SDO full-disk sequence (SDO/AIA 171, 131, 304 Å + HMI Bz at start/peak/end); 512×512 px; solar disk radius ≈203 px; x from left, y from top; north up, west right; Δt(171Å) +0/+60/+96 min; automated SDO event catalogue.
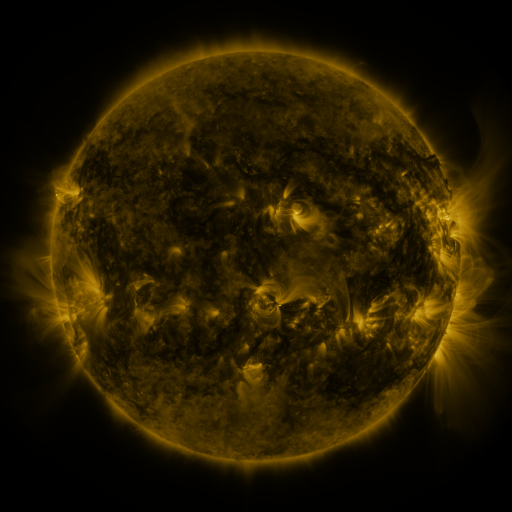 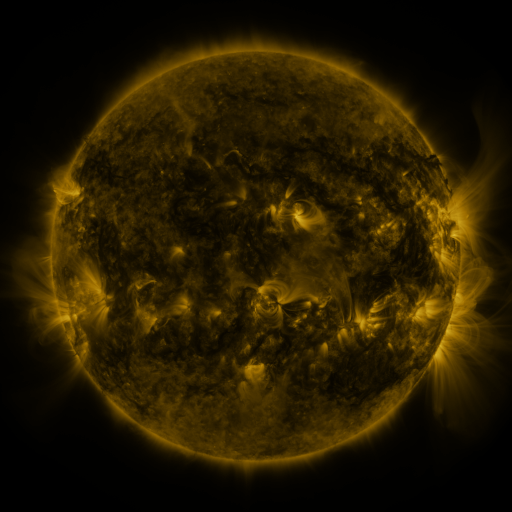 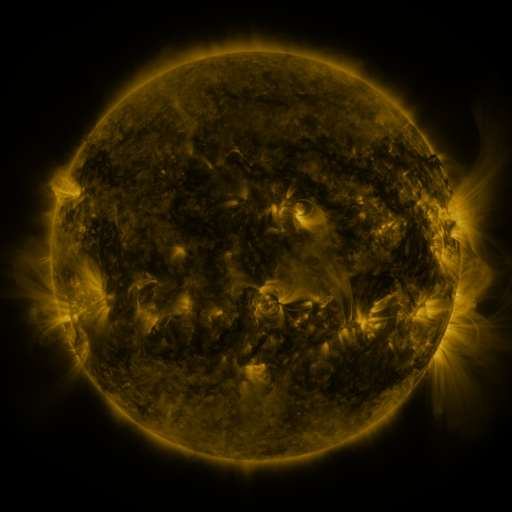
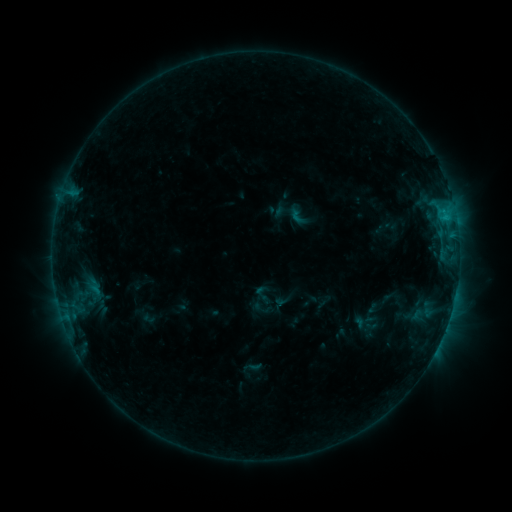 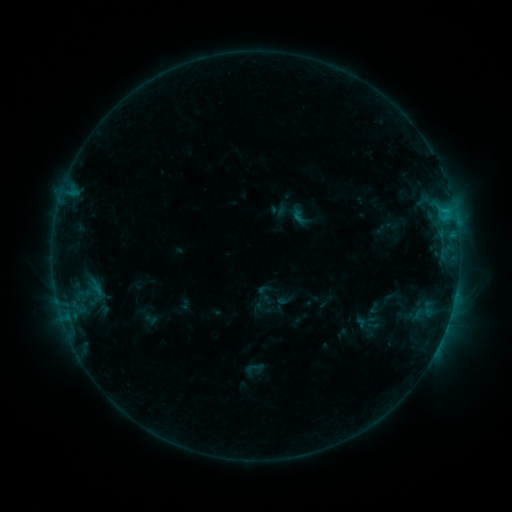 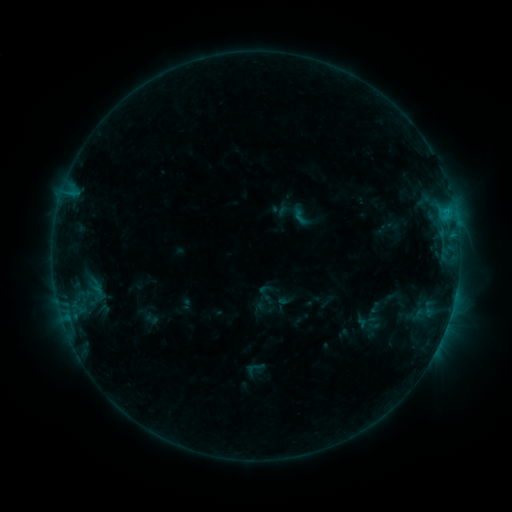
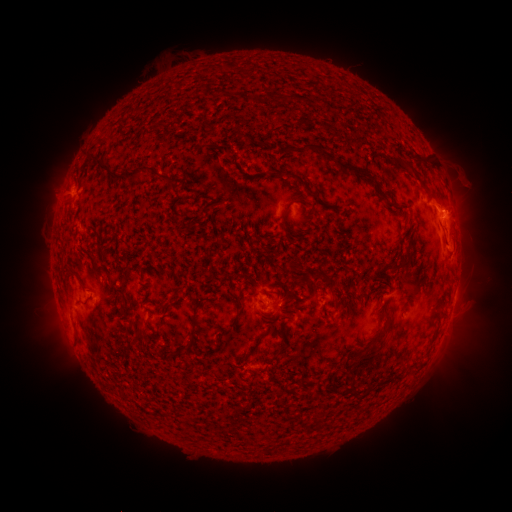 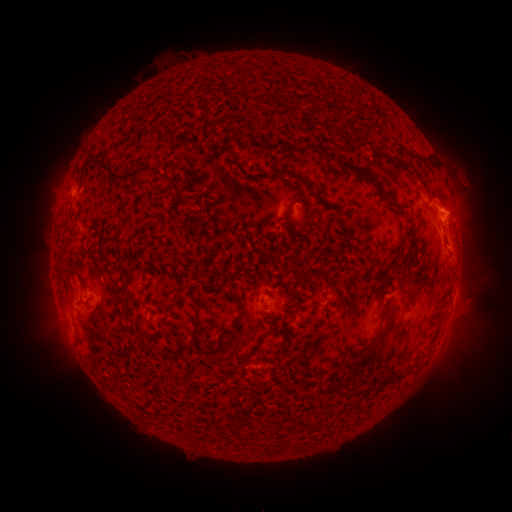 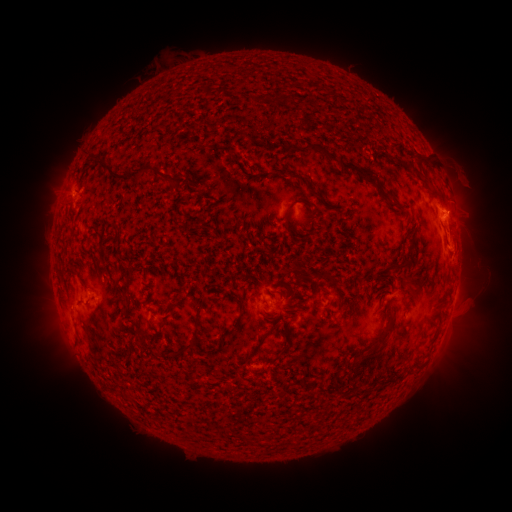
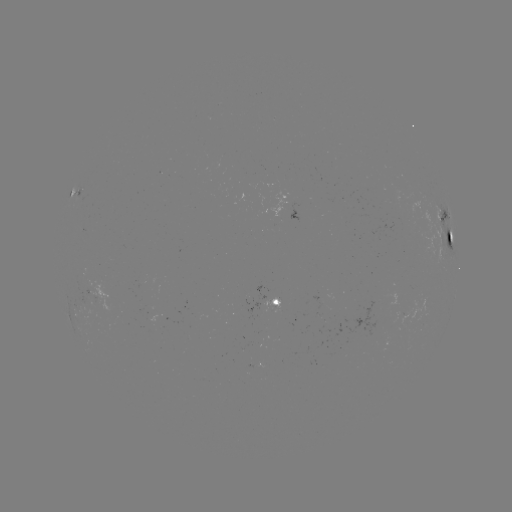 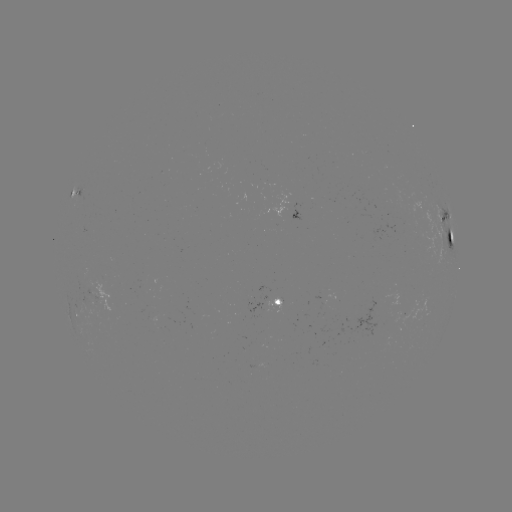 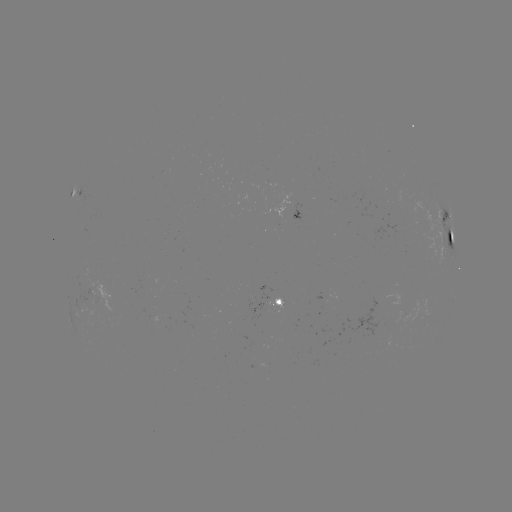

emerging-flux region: <bbox>246, 303, 271, 320</bbox>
